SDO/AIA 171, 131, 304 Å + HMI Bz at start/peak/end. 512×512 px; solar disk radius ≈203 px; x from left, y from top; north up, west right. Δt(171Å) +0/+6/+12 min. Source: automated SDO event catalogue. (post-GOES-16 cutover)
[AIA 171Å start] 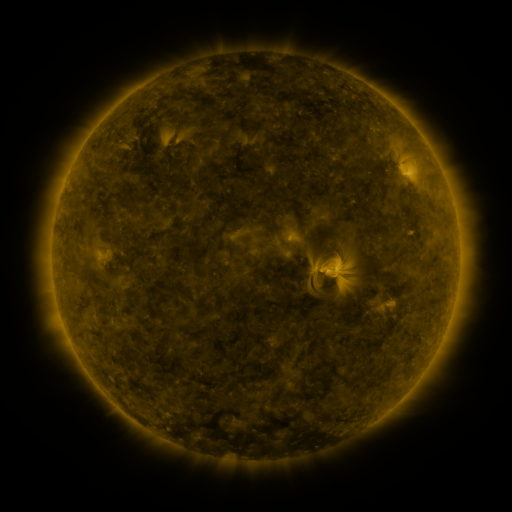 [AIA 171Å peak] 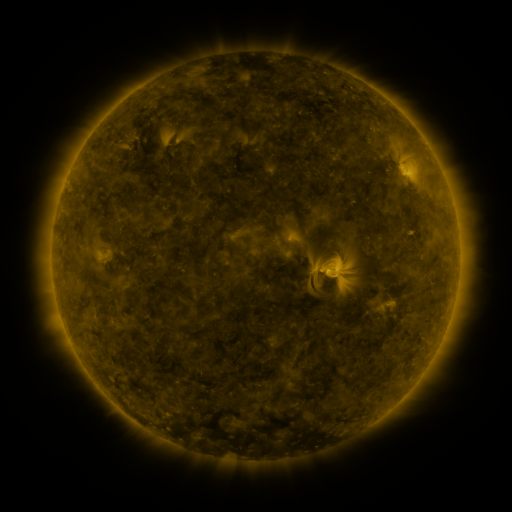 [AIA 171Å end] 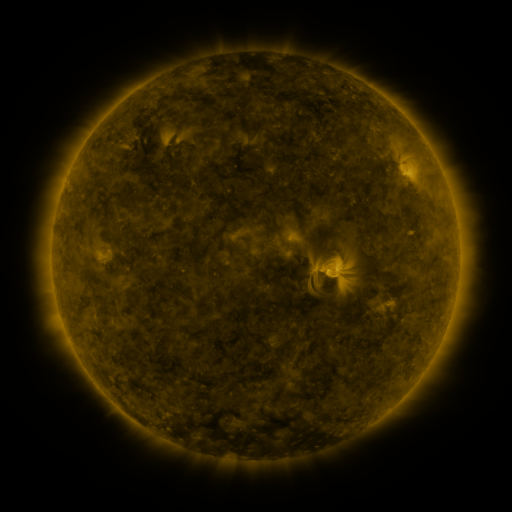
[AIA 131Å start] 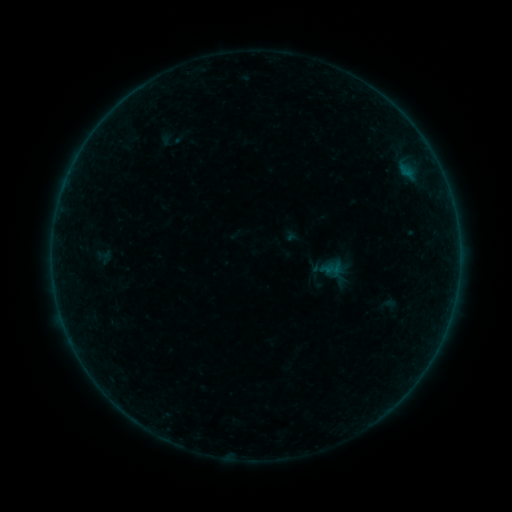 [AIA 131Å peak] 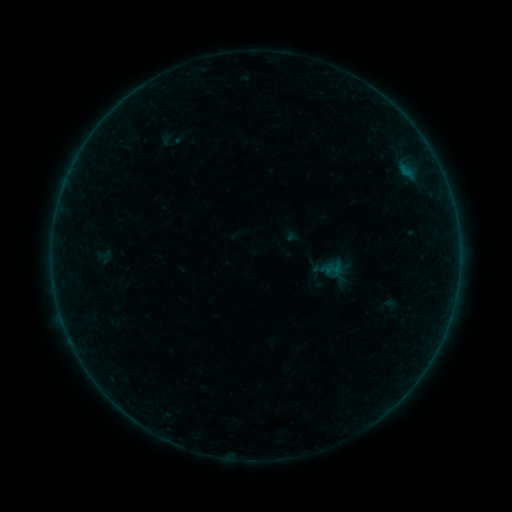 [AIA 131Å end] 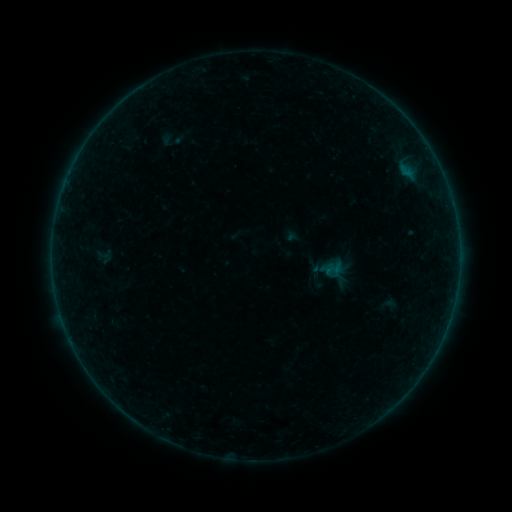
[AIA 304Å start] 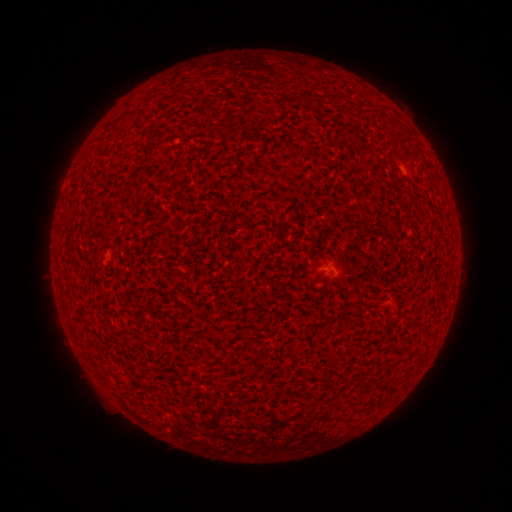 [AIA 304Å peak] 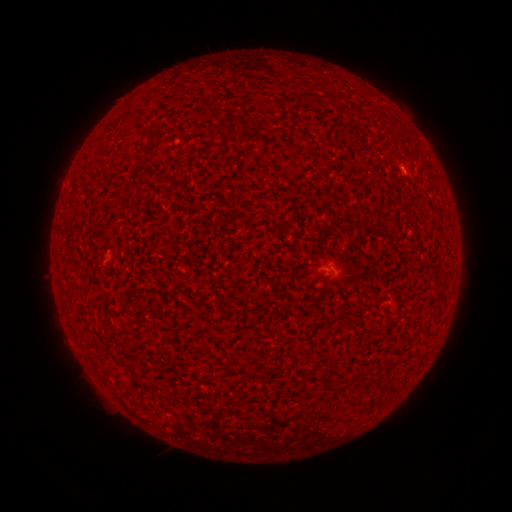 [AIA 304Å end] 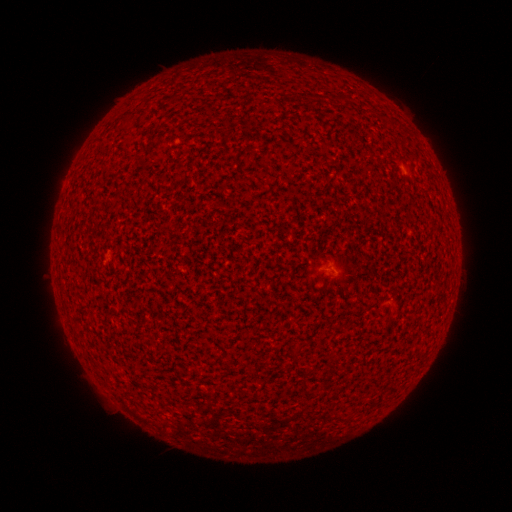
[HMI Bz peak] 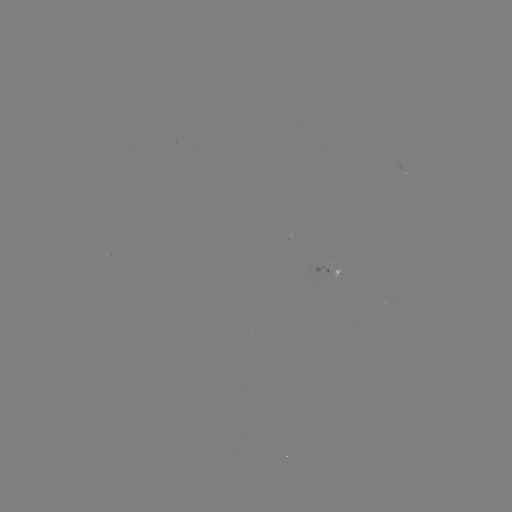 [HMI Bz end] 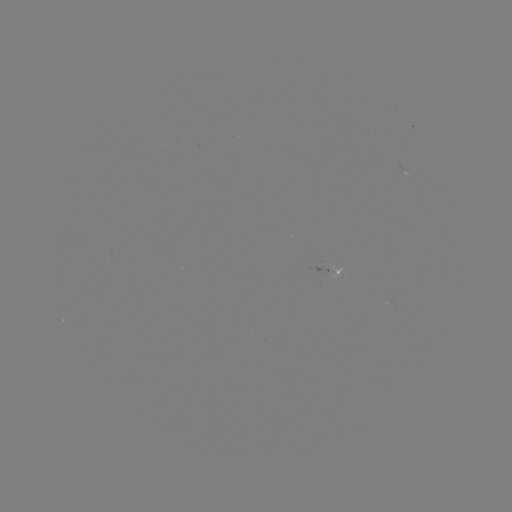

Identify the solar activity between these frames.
A3.5 flare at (404, 171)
